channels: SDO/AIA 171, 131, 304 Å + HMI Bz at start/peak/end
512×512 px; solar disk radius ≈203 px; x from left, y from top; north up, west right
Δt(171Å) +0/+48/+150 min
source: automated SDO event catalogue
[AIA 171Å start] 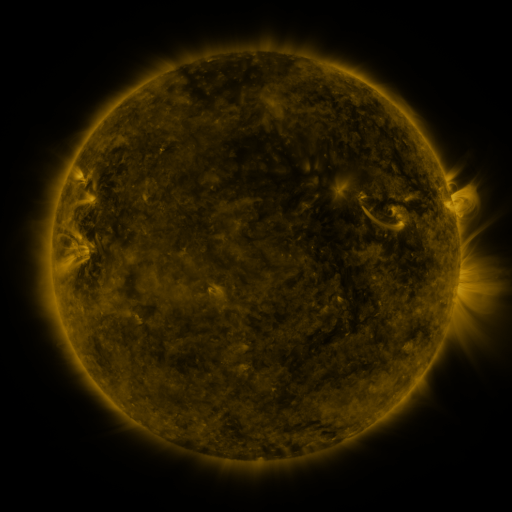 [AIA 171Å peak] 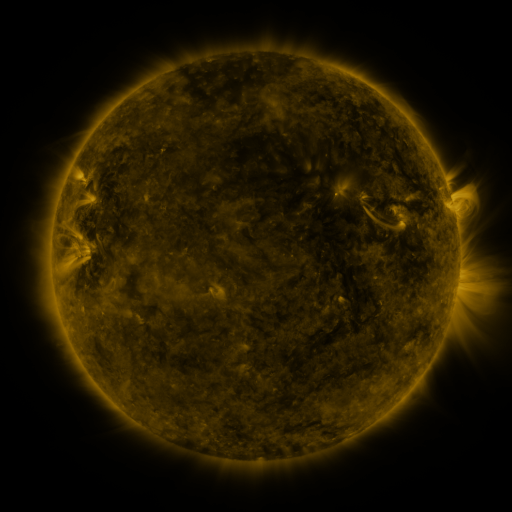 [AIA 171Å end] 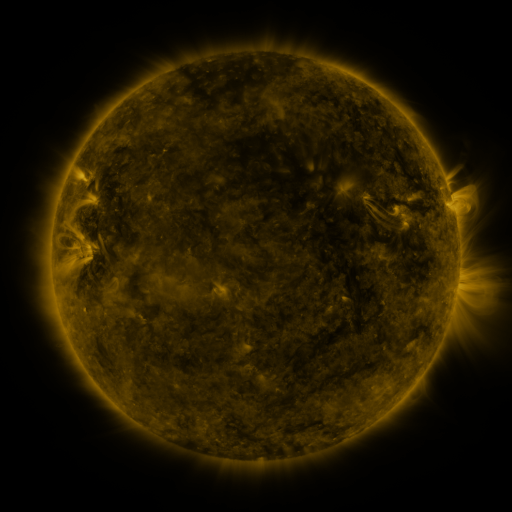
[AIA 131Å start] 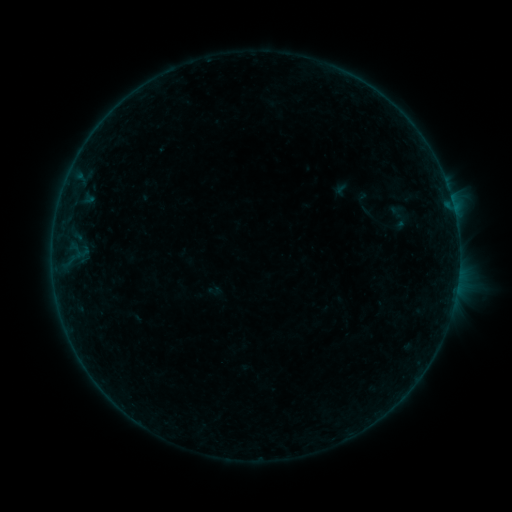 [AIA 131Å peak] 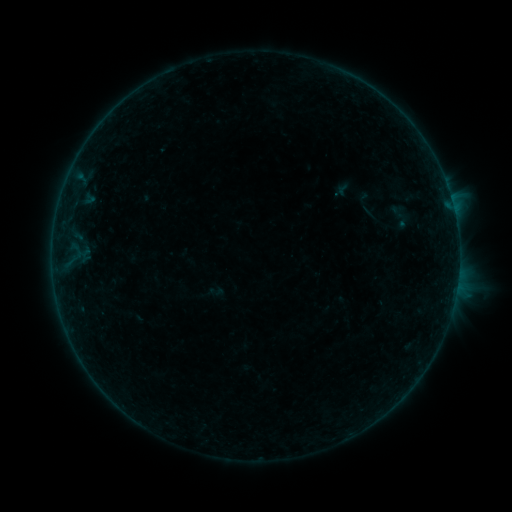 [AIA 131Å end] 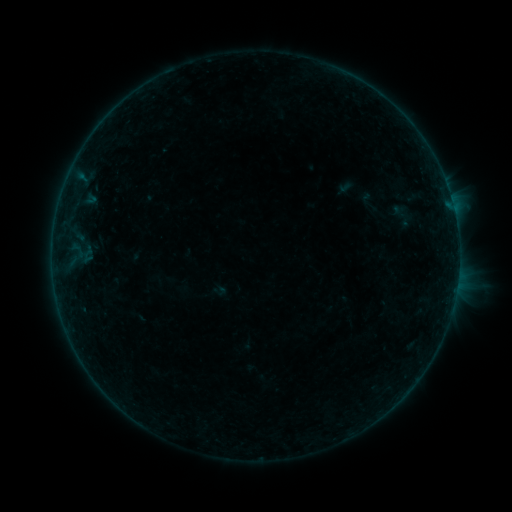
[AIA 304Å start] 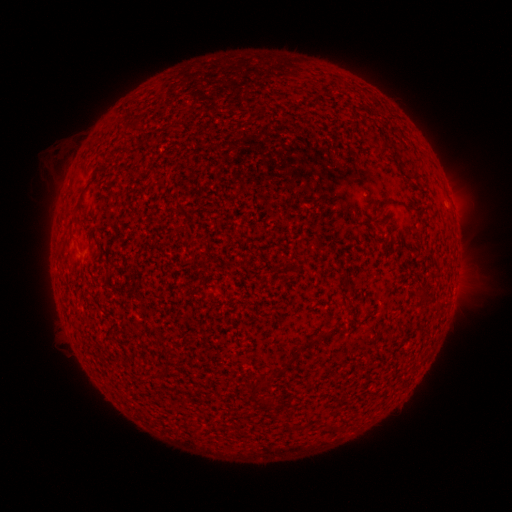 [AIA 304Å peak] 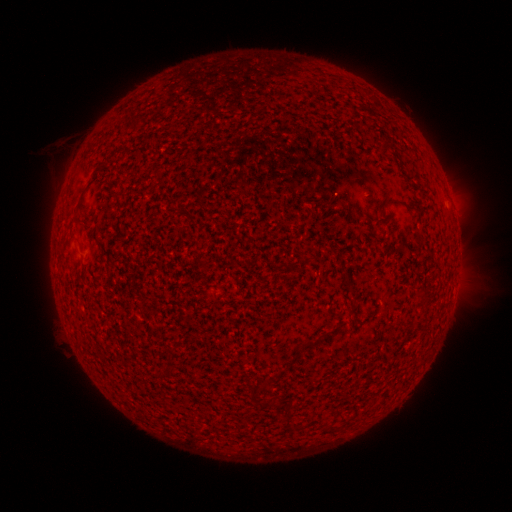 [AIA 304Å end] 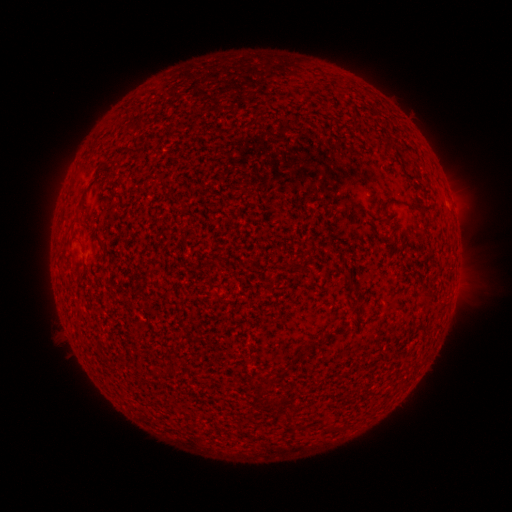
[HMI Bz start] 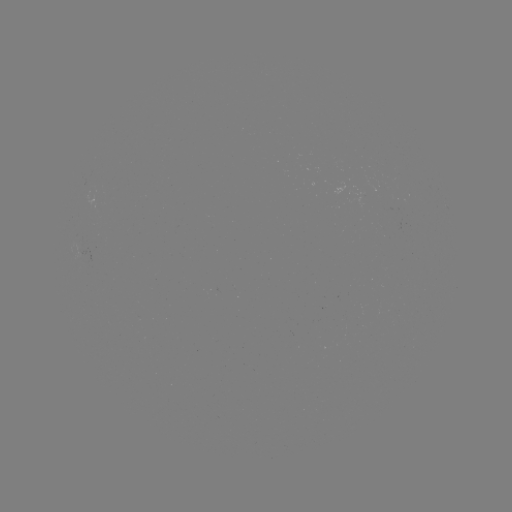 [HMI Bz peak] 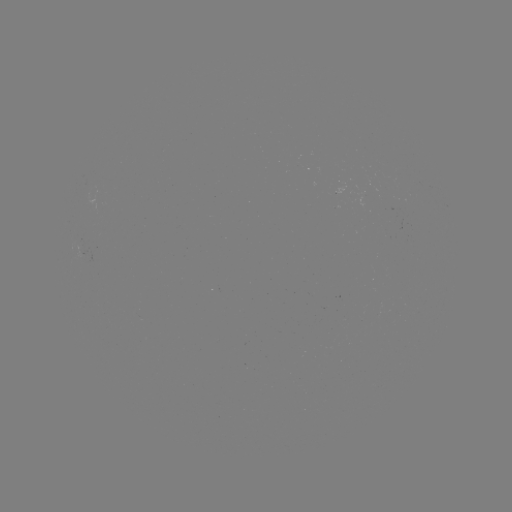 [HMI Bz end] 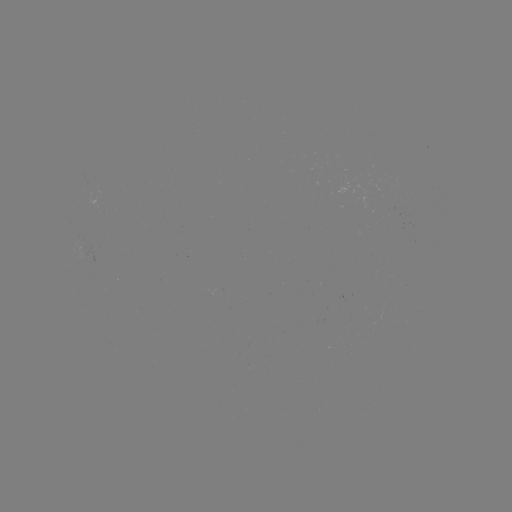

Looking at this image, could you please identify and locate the B2.7 flare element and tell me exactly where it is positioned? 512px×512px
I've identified B2.7 flare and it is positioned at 458,270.